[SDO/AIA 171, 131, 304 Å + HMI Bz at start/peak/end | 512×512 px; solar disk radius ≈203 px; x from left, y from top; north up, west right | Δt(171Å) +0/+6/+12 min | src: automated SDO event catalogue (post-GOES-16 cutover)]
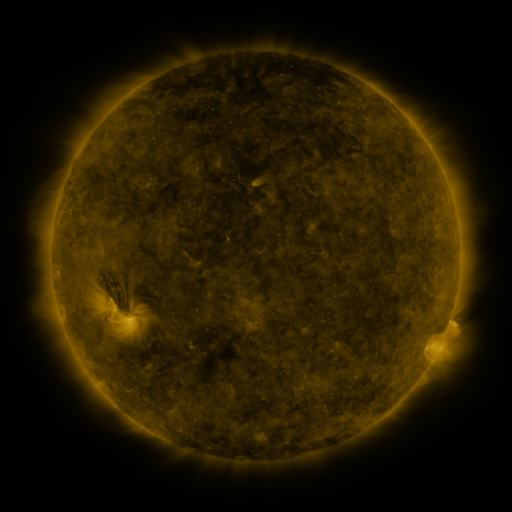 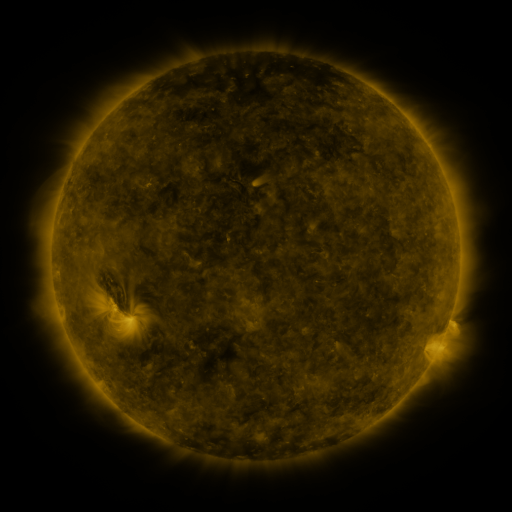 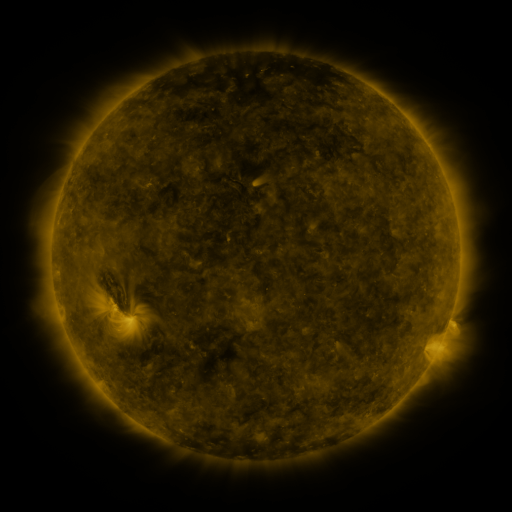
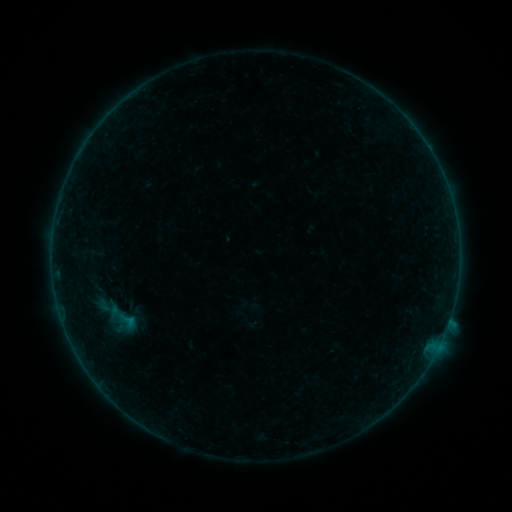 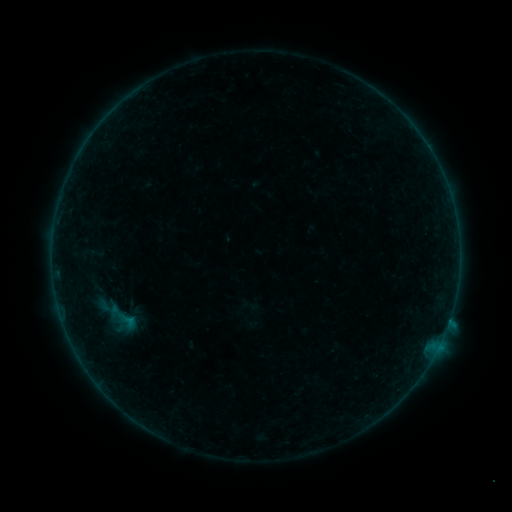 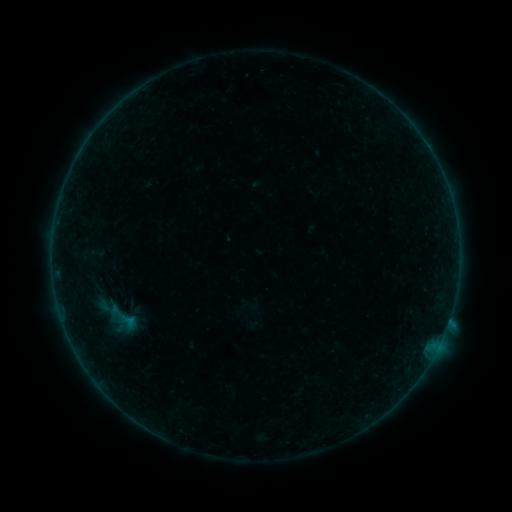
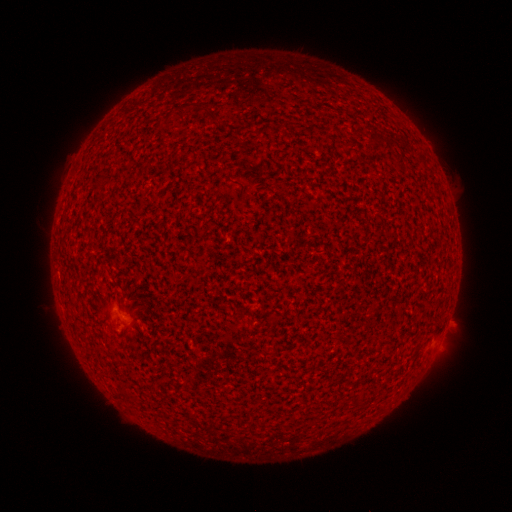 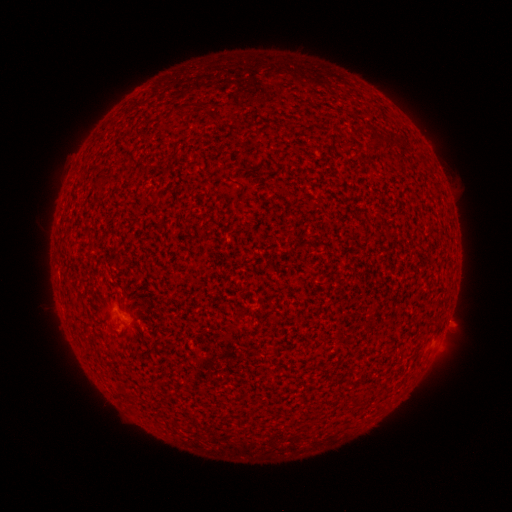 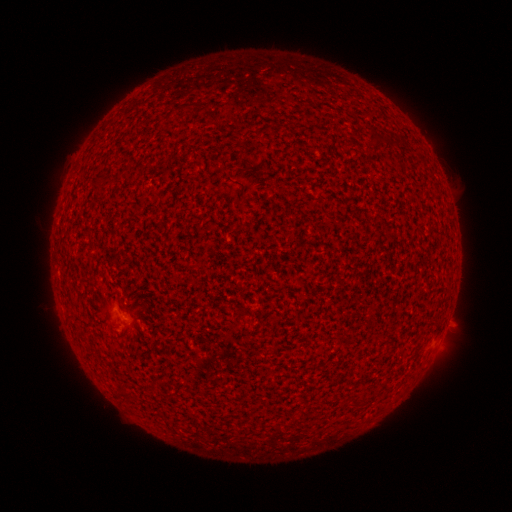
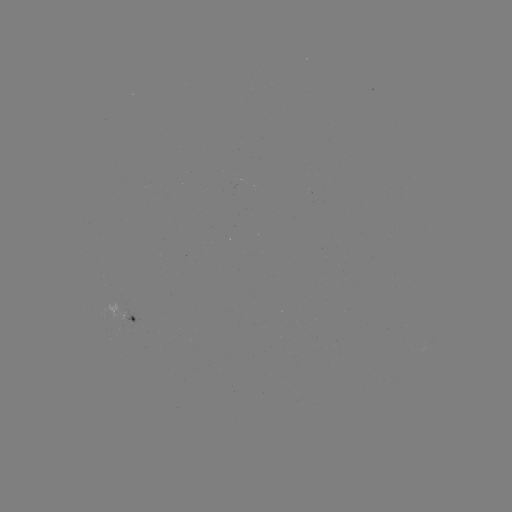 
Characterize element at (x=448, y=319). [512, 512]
A7.6 flare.